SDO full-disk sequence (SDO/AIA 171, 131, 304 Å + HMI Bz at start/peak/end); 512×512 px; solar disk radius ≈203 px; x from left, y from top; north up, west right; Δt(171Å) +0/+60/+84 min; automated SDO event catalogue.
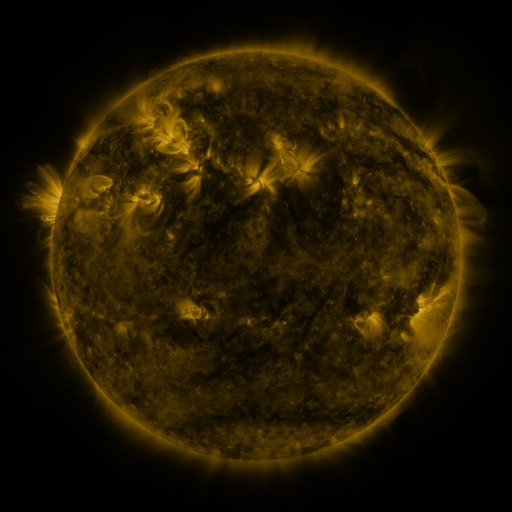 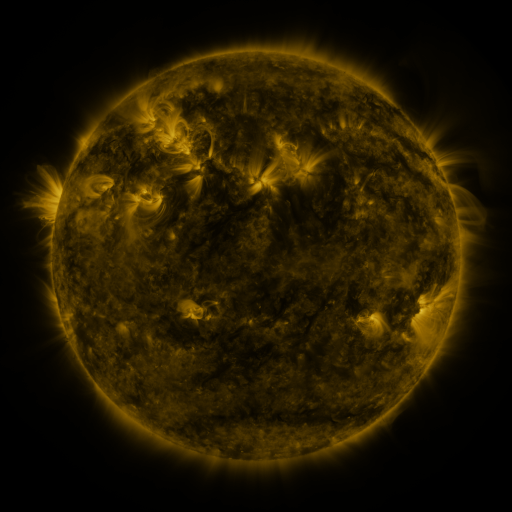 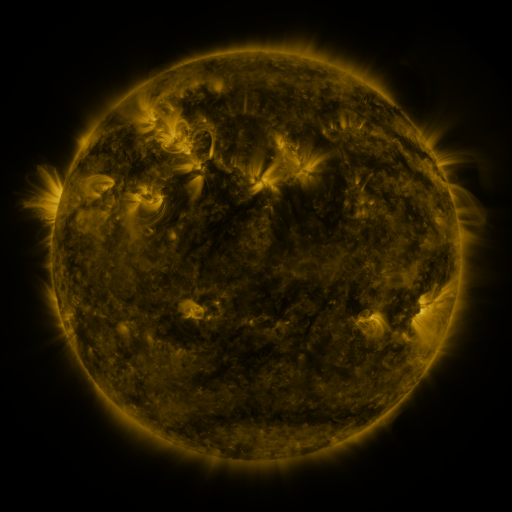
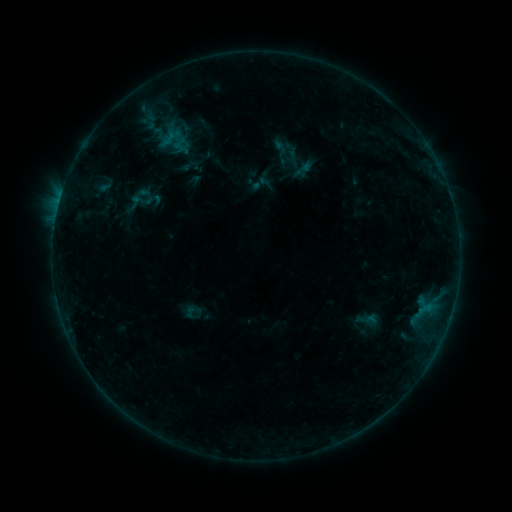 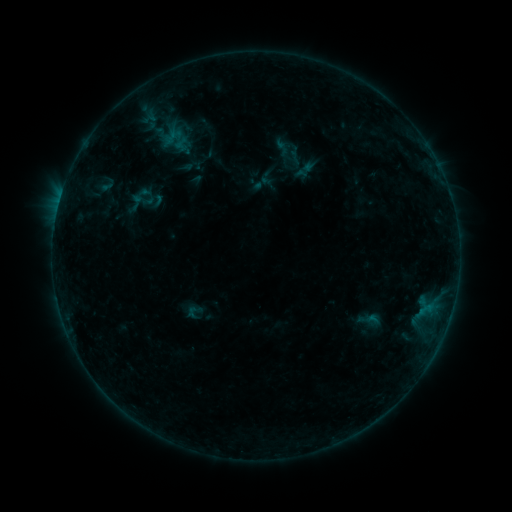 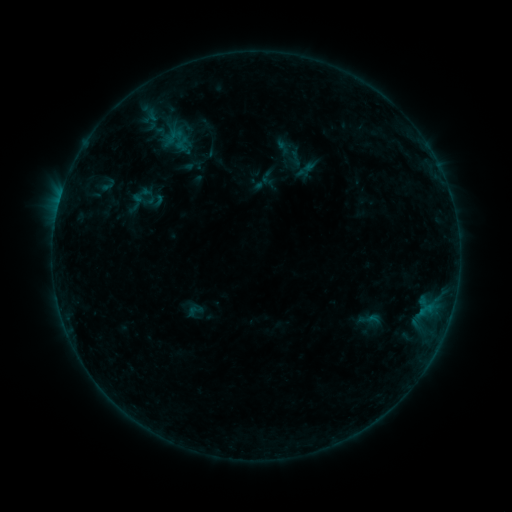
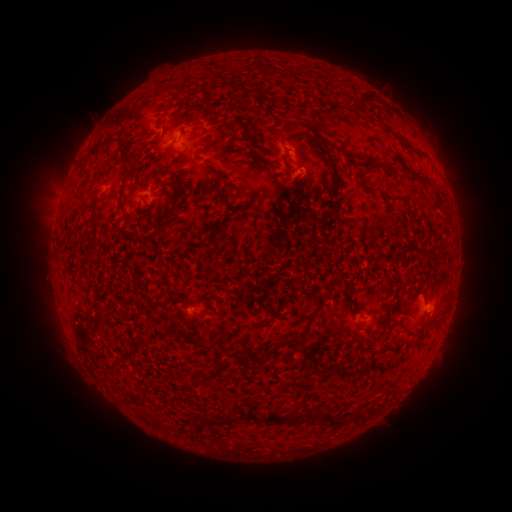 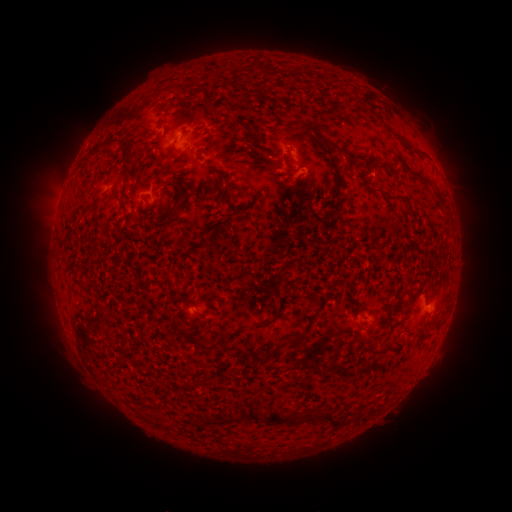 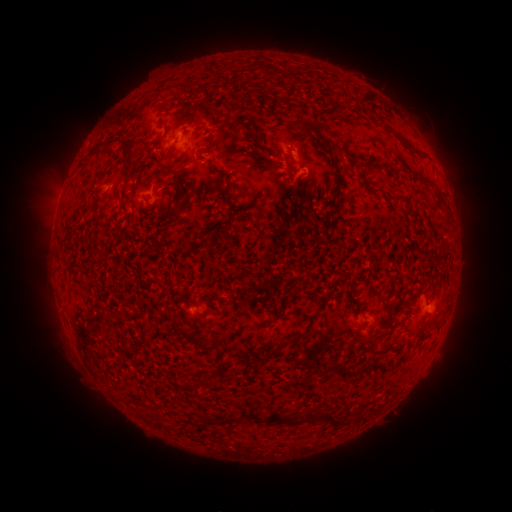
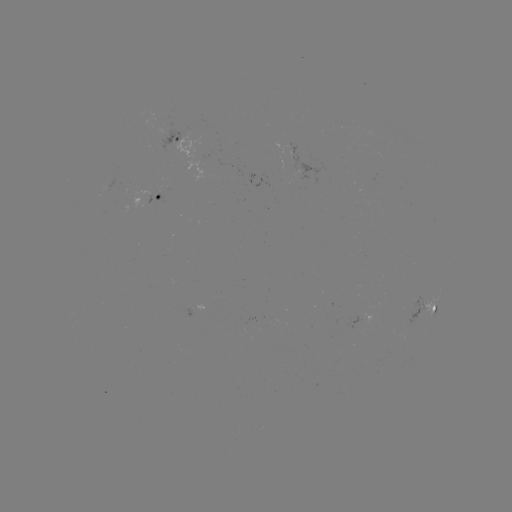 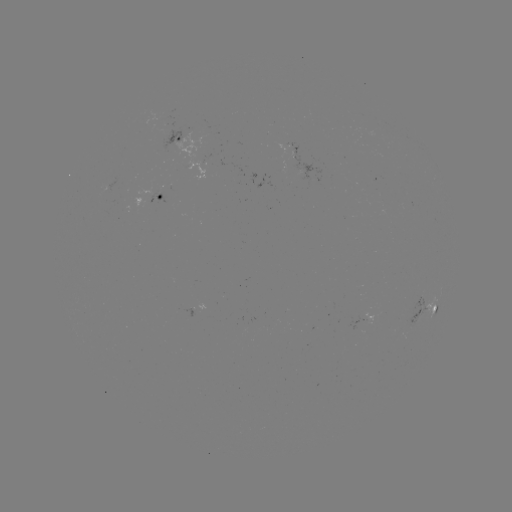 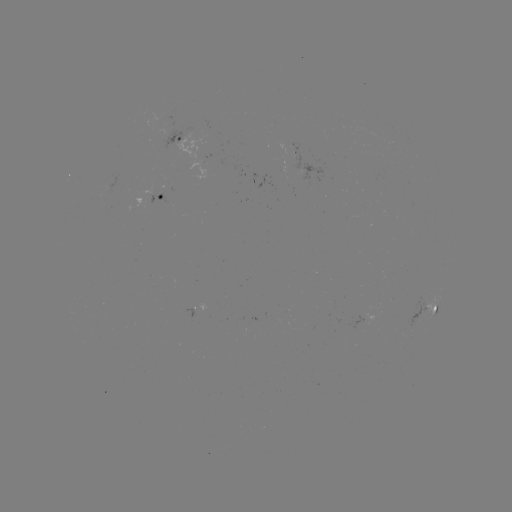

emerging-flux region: <bbox>244, 318, 256, 334</bbox>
